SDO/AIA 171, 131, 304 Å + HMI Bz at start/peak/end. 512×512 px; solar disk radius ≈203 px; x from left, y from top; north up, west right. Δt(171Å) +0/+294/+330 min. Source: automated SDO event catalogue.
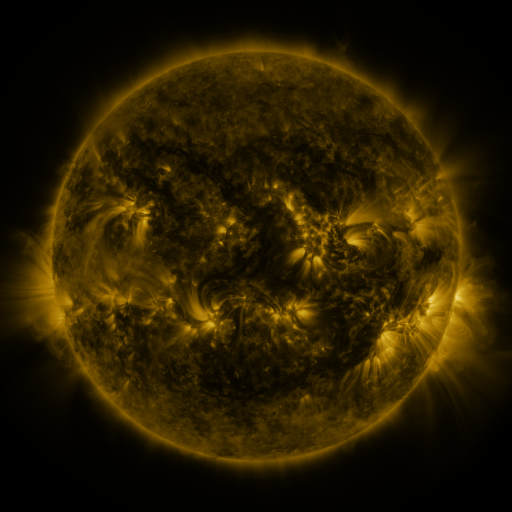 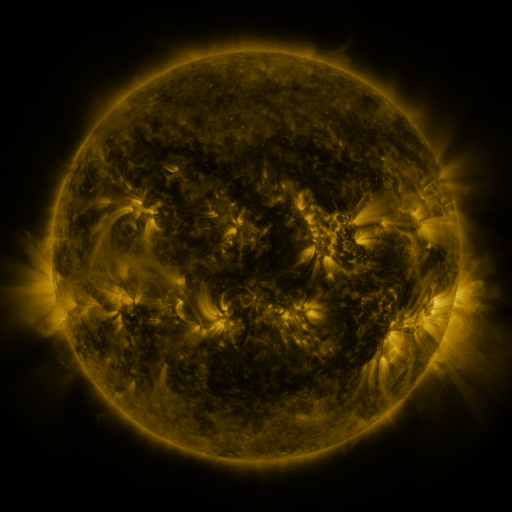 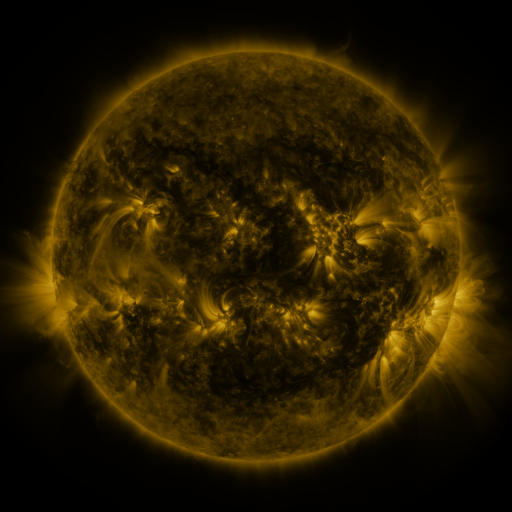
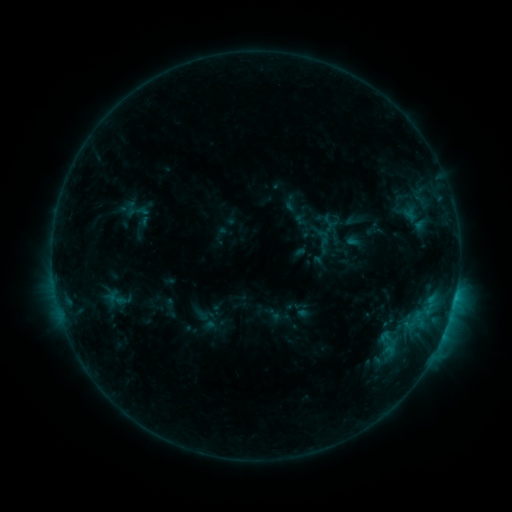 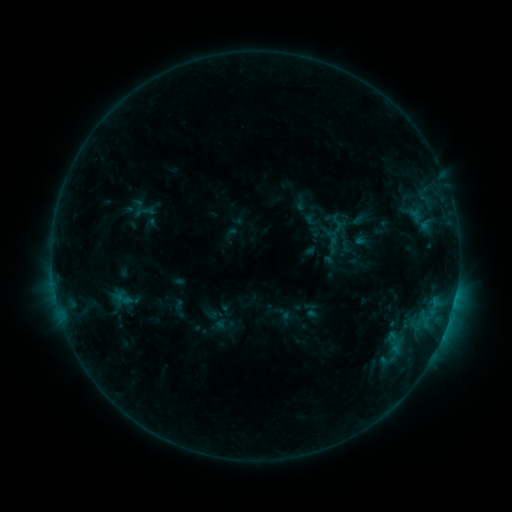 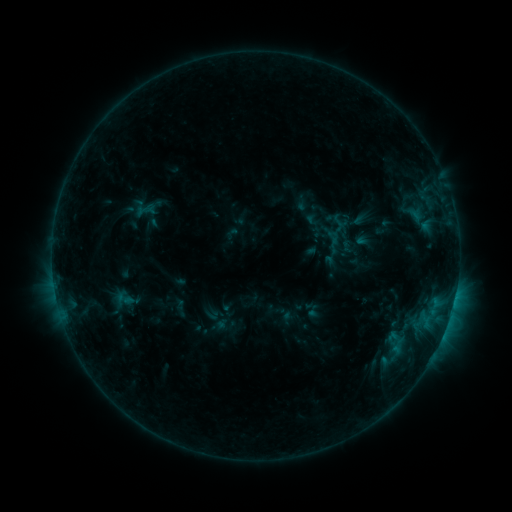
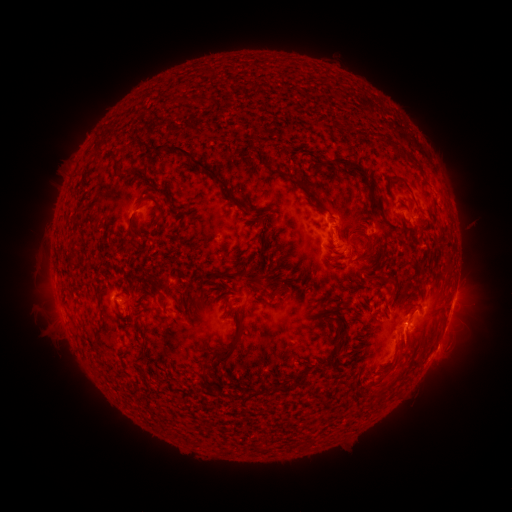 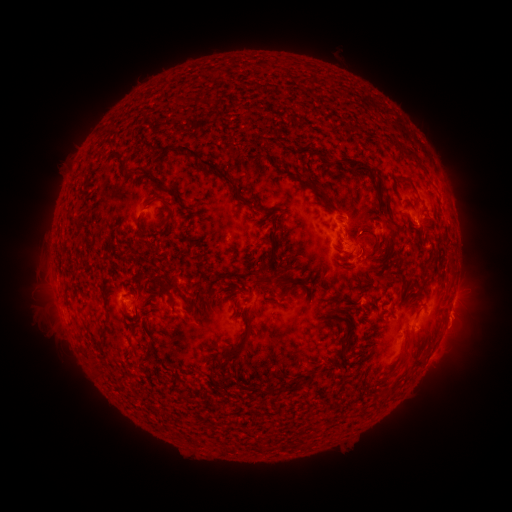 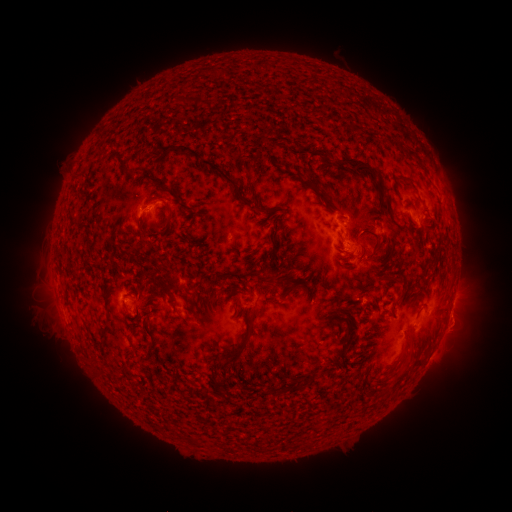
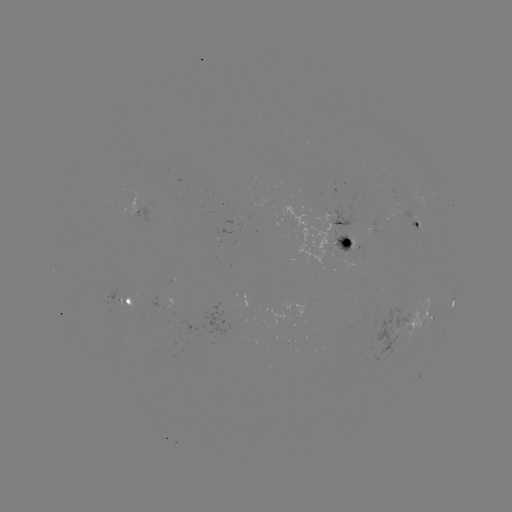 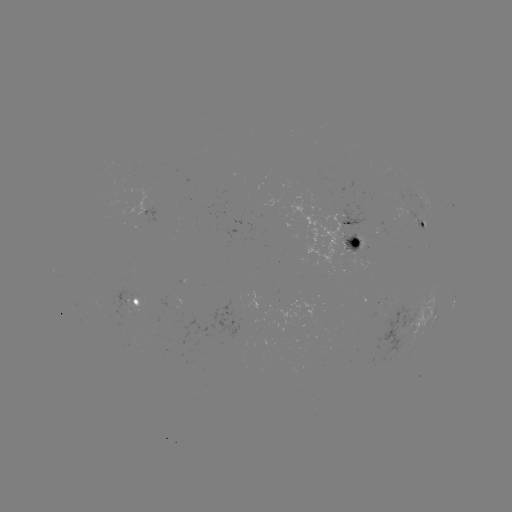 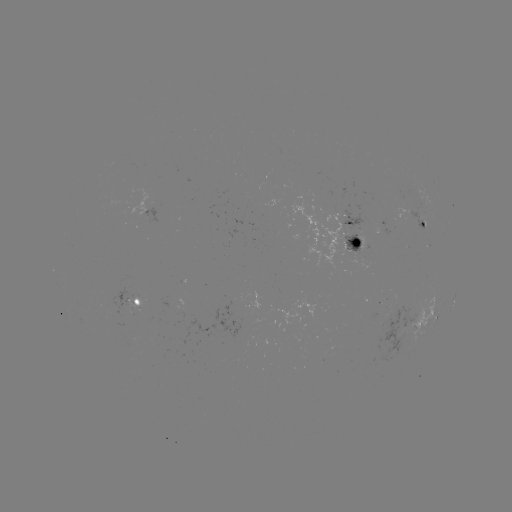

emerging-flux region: (404, 203, 428, 229)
